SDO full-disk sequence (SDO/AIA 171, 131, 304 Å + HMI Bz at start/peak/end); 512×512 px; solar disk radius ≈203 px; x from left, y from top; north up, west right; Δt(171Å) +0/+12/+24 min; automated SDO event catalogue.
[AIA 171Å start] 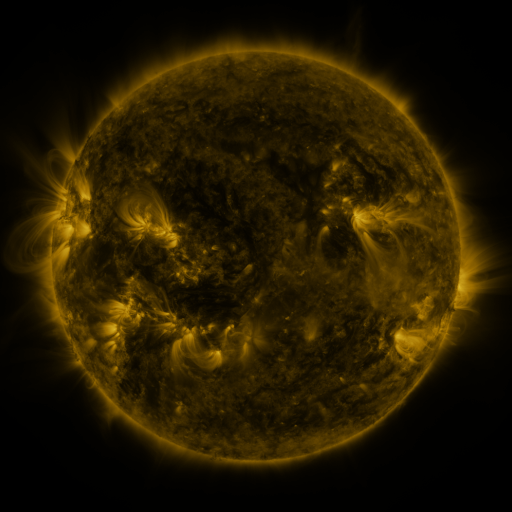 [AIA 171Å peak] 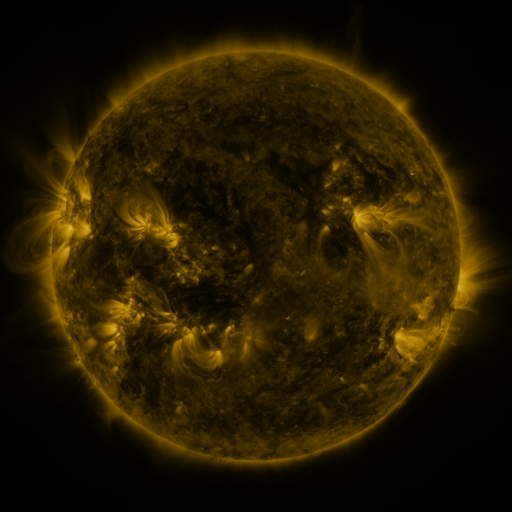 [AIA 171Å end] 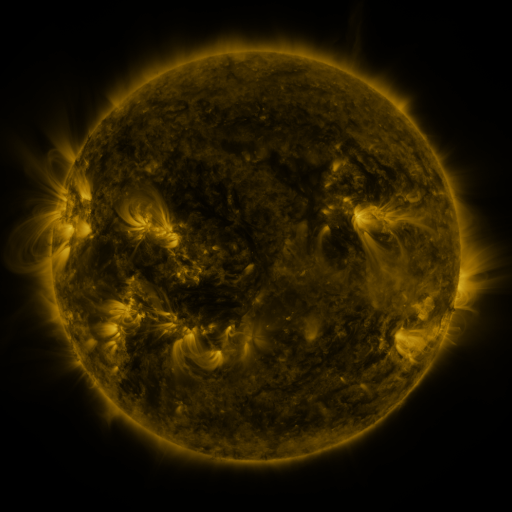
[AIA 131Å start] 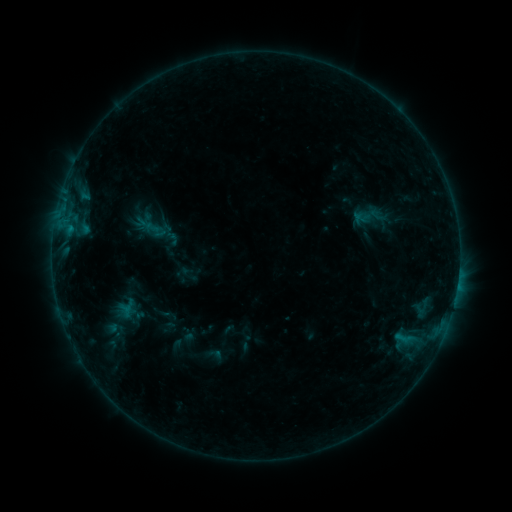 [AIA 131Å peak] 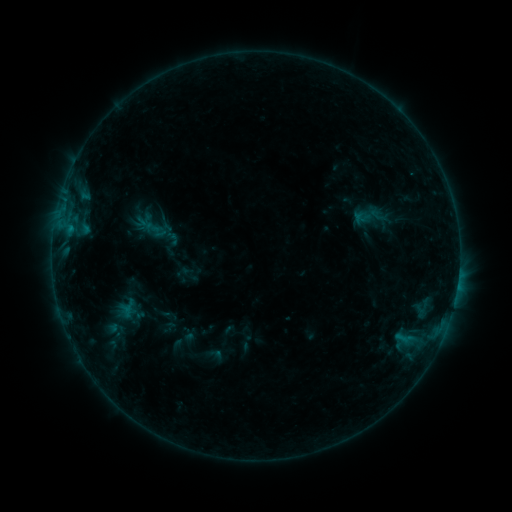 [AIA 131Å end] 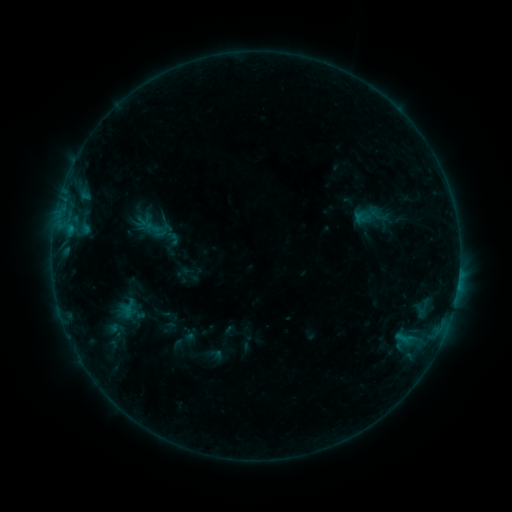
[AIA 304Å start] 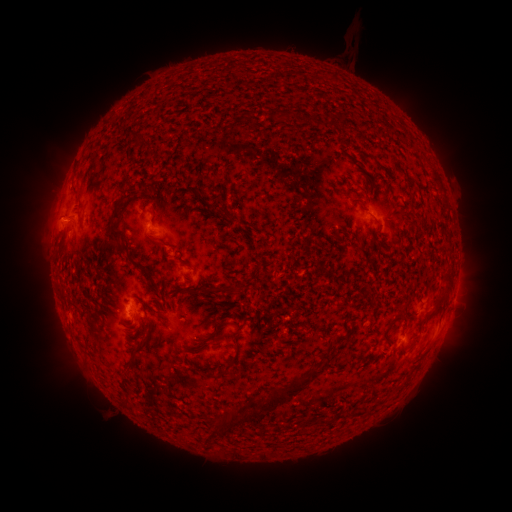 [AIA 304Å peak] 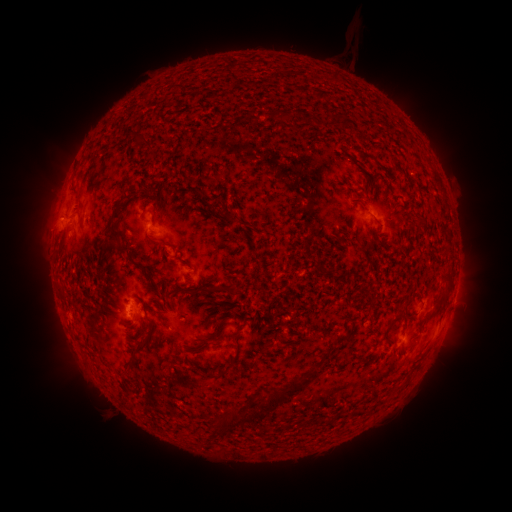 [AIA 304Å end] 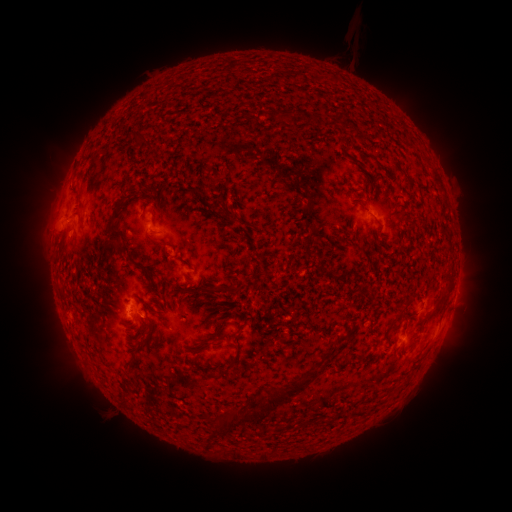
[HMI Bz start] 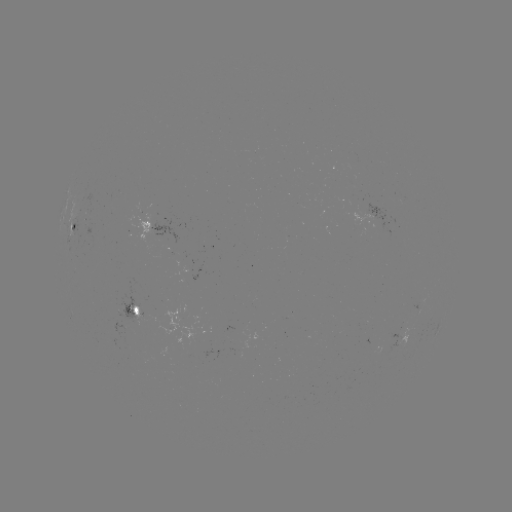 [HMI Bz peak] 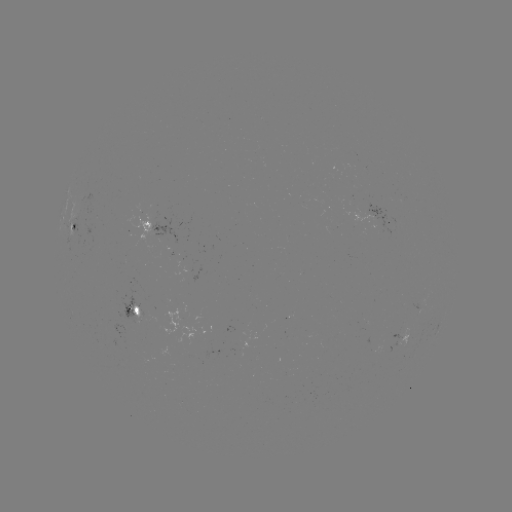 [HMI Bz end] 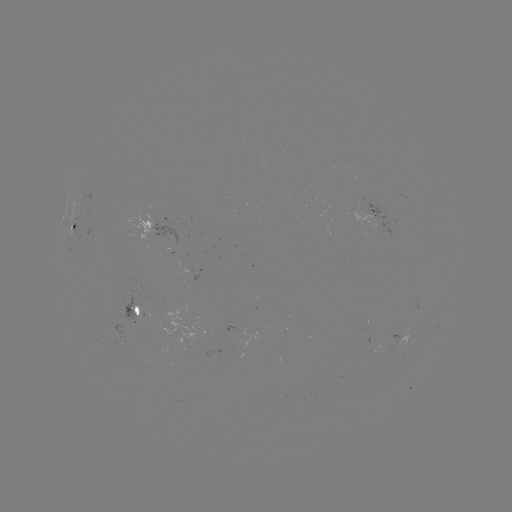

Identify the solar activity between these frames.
no flare in any classed list; no EUV-trigger detection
